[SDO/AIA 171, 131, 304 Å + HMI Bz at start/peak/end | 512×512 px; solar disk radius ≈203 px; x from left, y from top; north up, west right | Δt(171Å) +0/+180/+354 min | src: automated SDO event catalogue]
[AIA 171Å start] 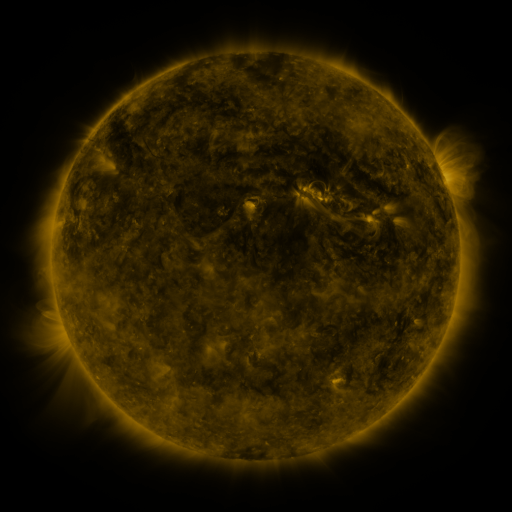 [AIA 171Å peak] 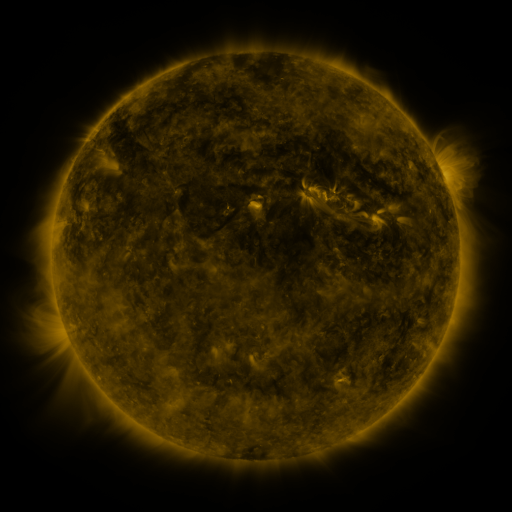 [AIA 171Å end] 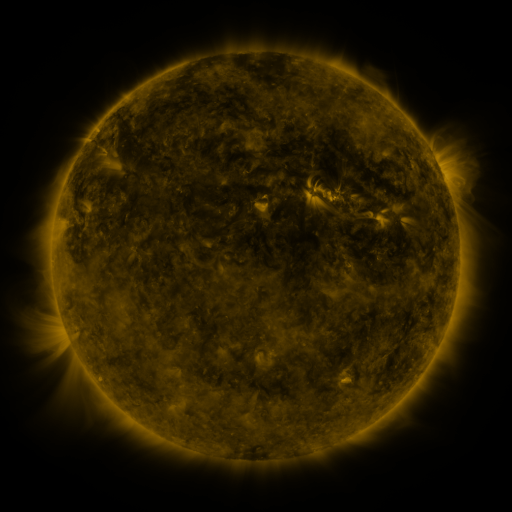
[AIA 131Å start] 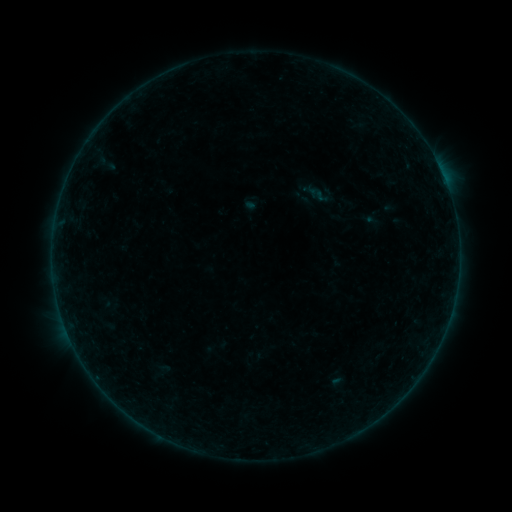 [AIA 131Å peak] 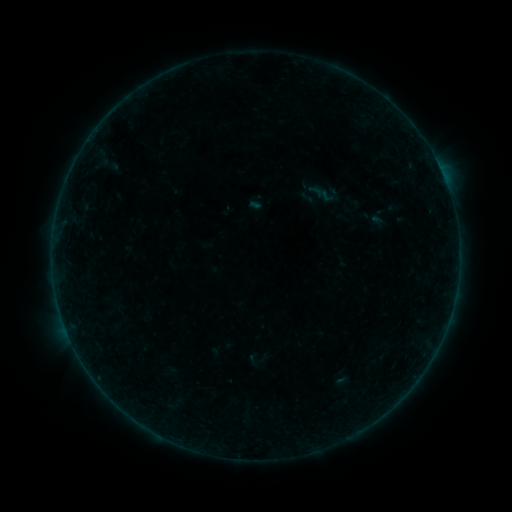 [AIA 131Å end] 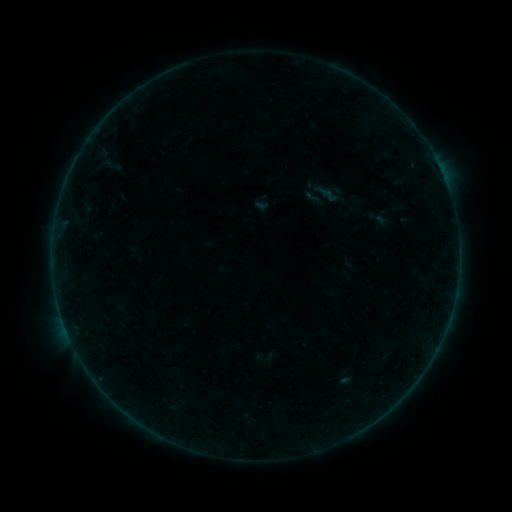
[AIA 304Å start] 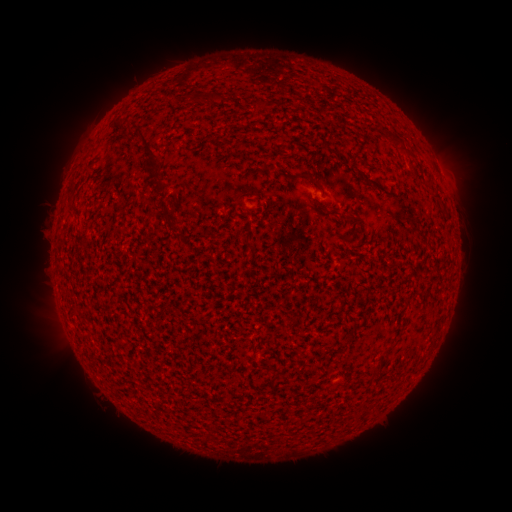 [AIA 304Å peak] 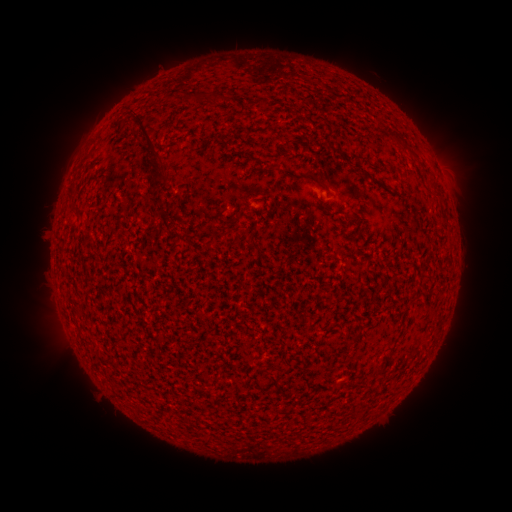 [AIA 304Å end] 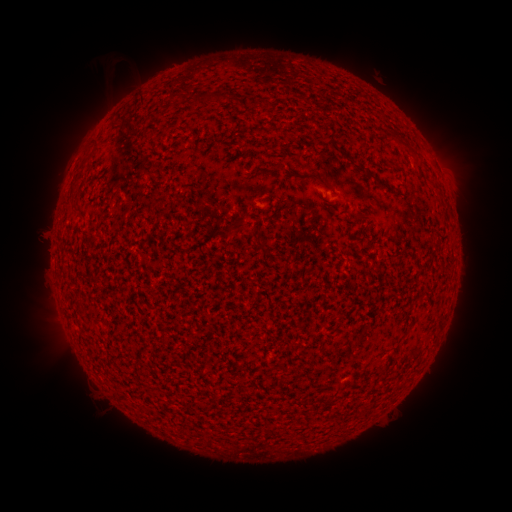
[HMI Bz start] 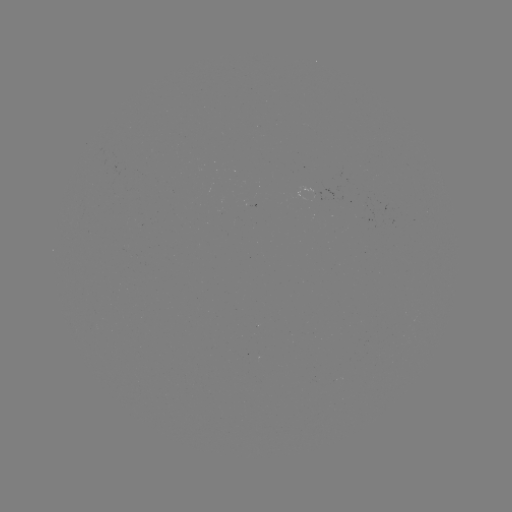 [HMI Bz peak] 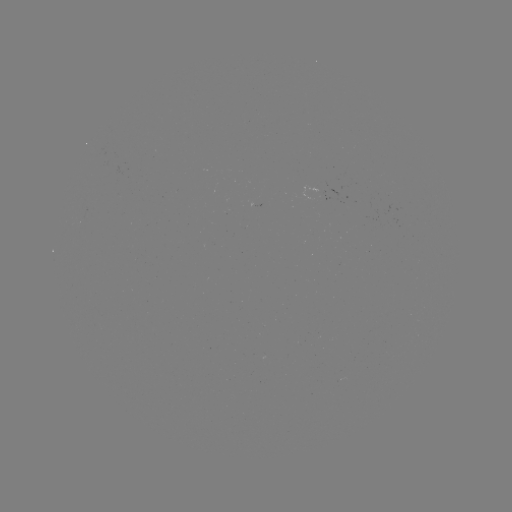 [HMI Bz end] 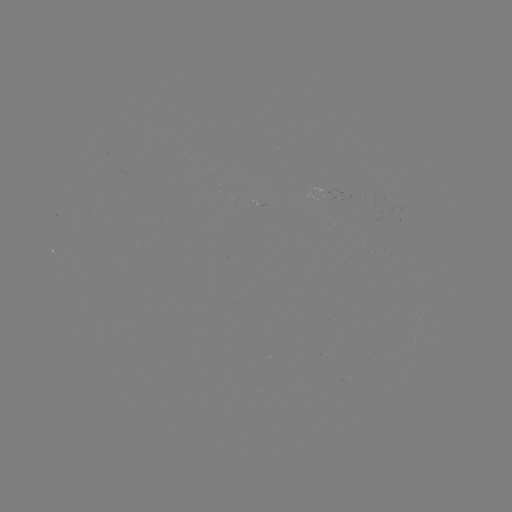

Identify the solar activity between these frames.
filament eruption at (159, 106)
